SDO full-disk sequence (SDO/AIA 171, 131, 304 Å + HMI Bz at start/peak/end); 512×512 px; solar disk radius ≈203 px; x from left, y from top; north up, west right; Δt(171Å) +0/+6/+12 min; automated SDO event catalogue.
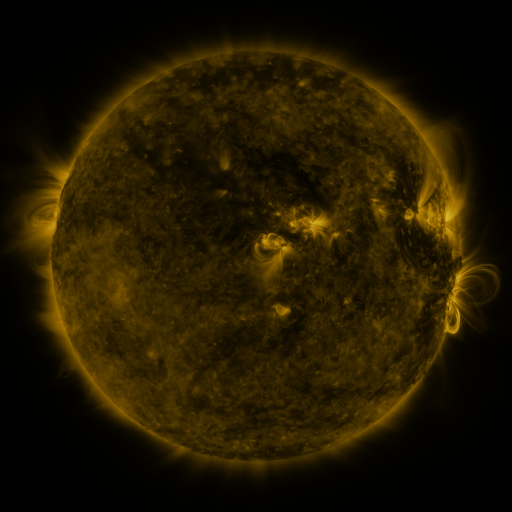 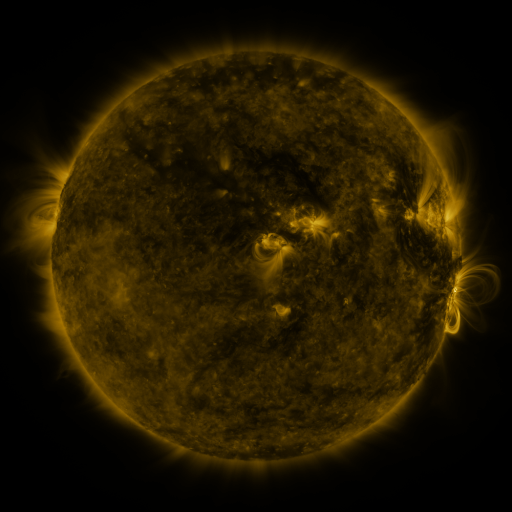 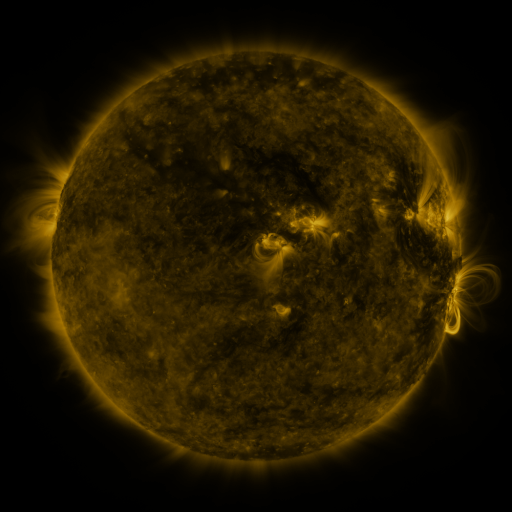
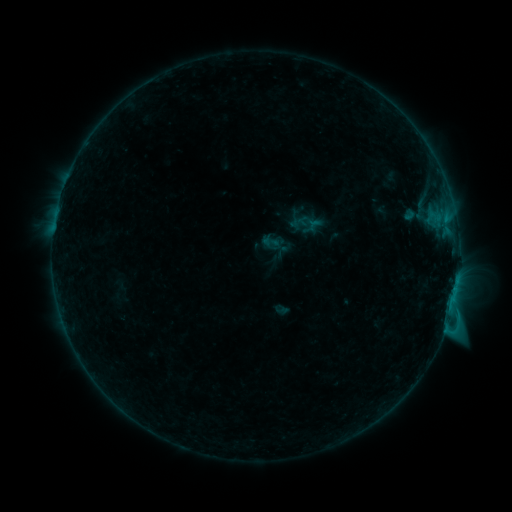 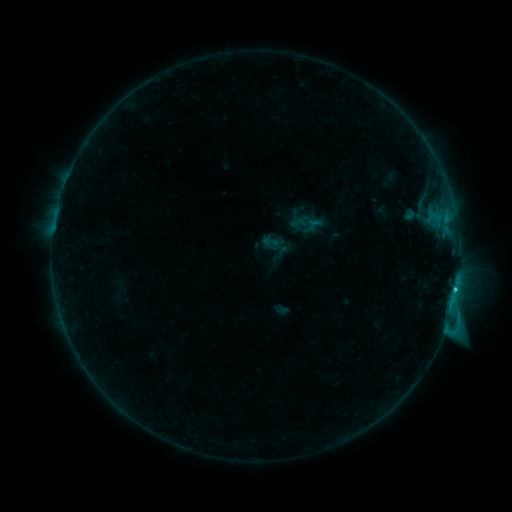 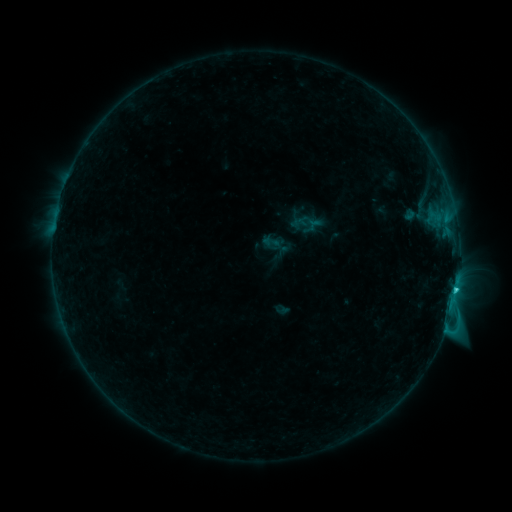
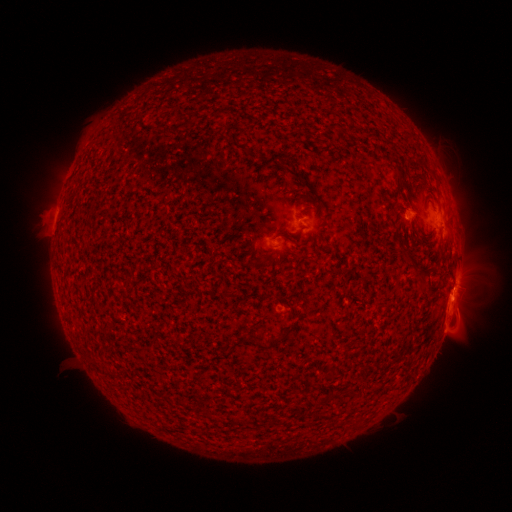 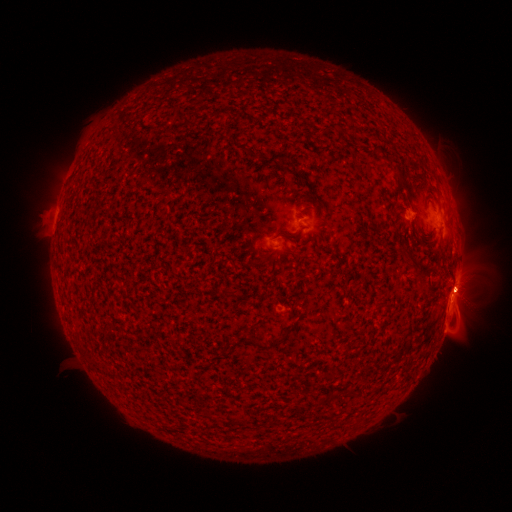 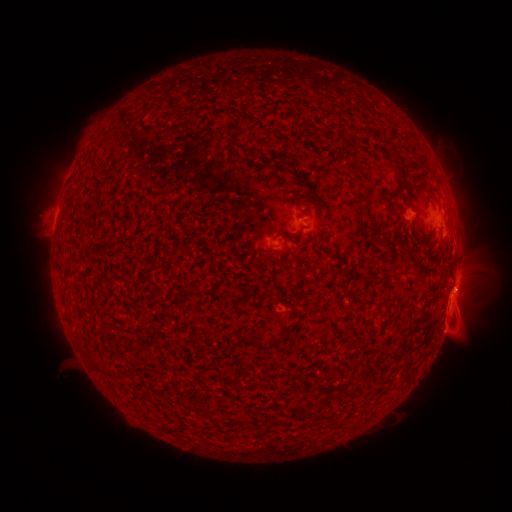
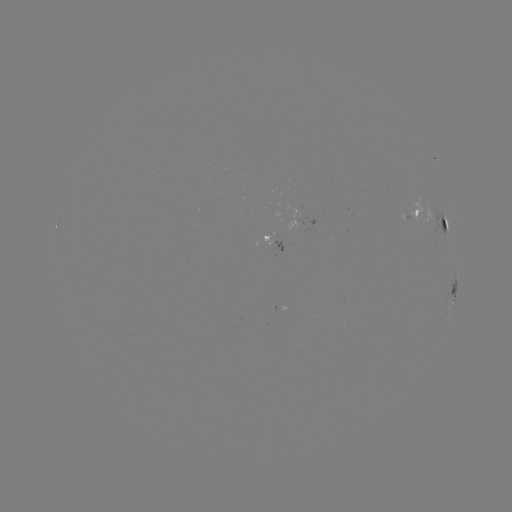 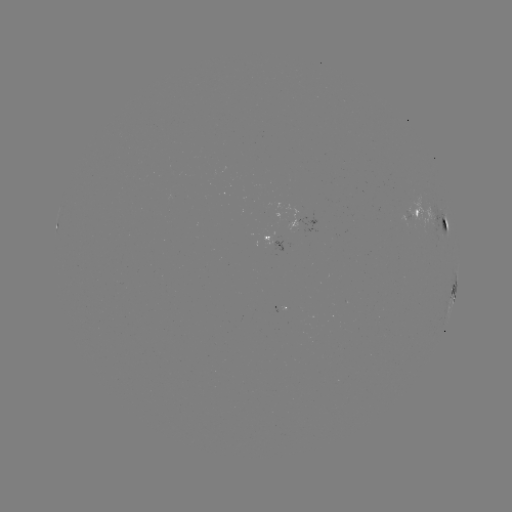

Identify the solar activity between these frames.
C1.8 flare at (456, 286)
